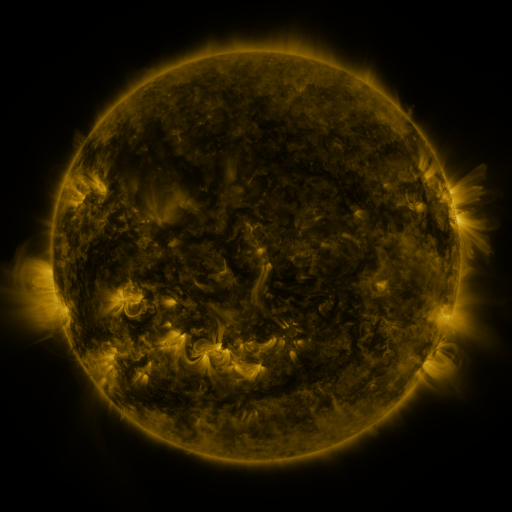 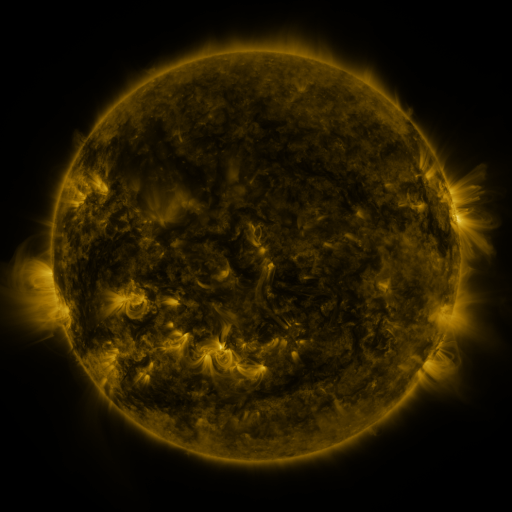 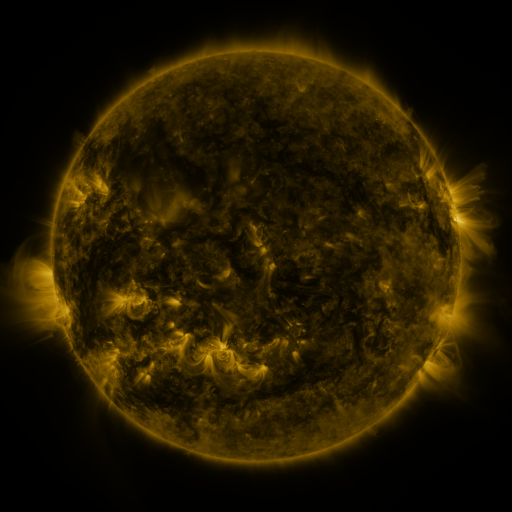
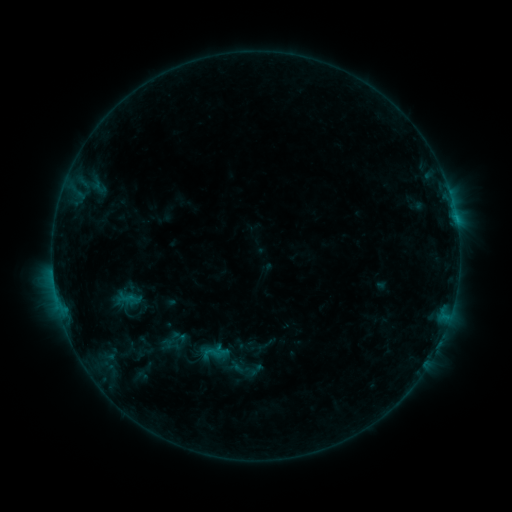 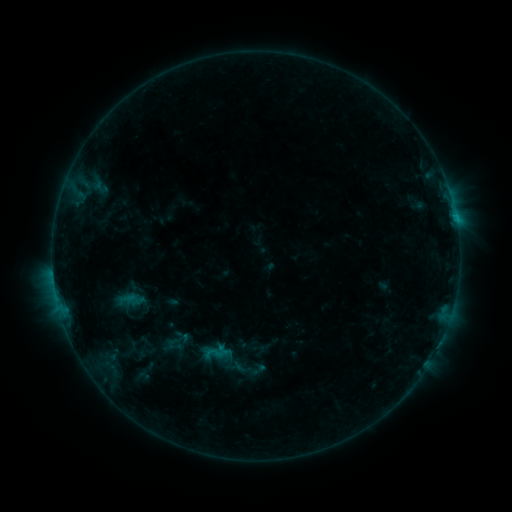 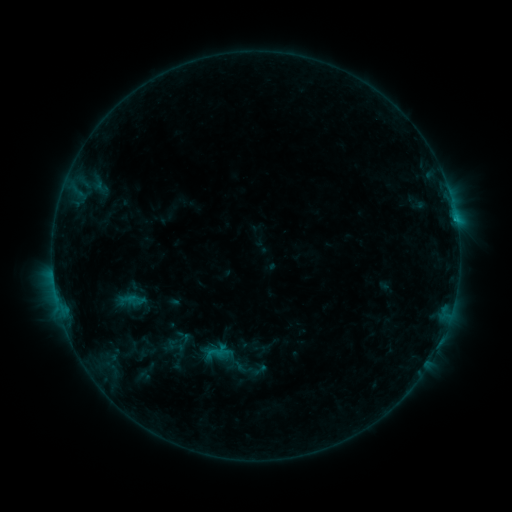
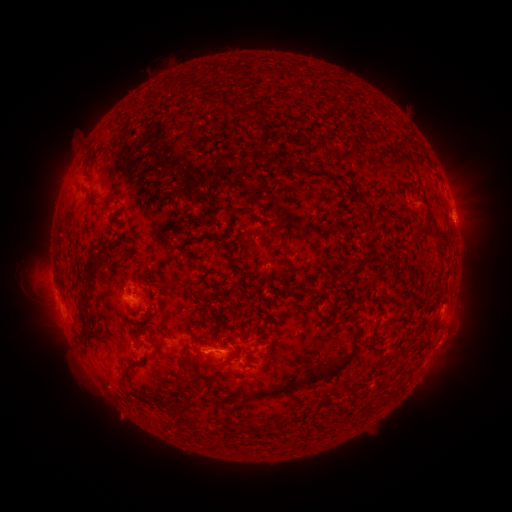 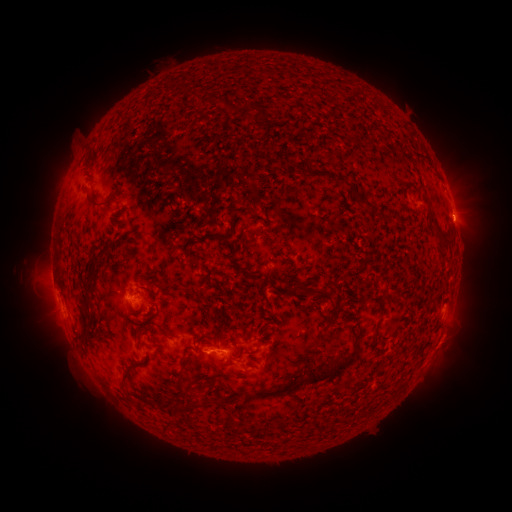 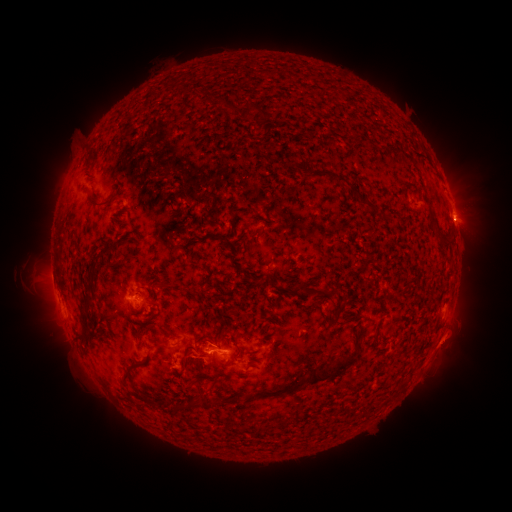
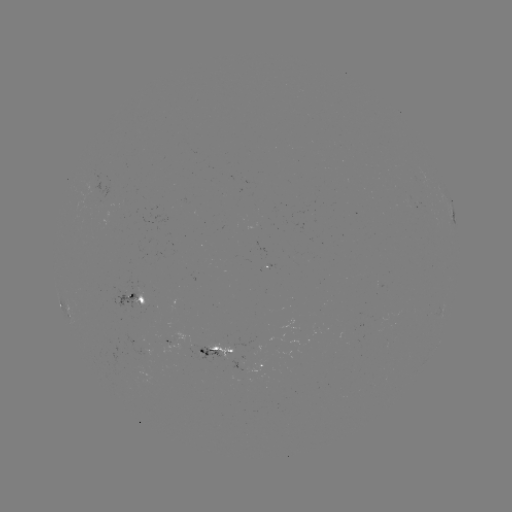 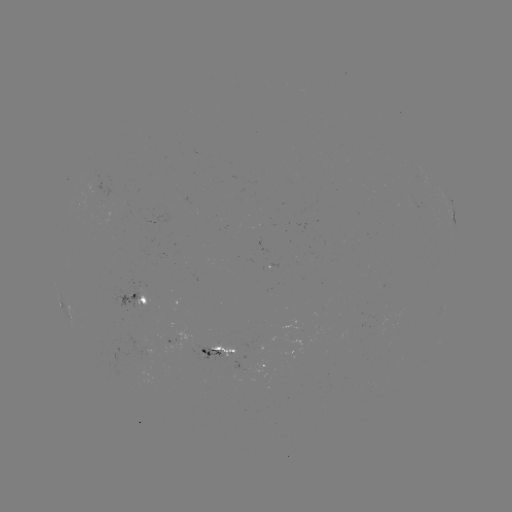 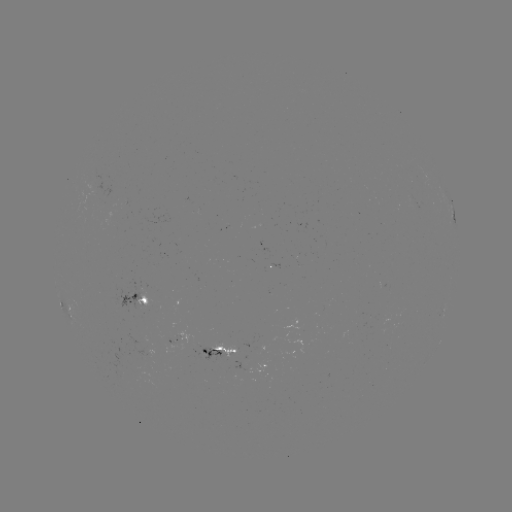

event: emerging-flux region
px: (260, 241)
